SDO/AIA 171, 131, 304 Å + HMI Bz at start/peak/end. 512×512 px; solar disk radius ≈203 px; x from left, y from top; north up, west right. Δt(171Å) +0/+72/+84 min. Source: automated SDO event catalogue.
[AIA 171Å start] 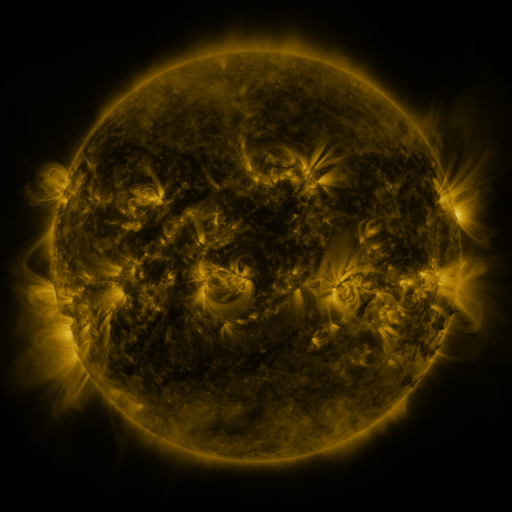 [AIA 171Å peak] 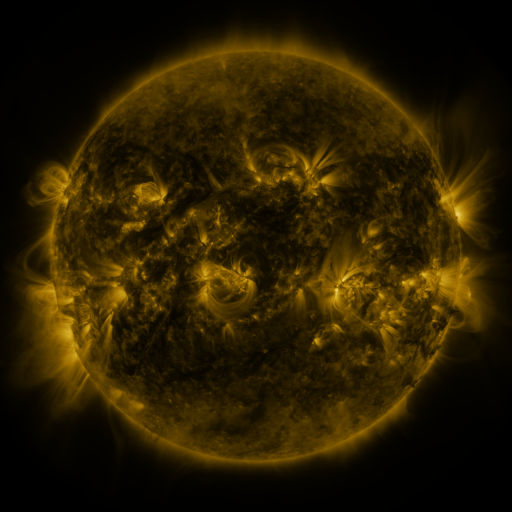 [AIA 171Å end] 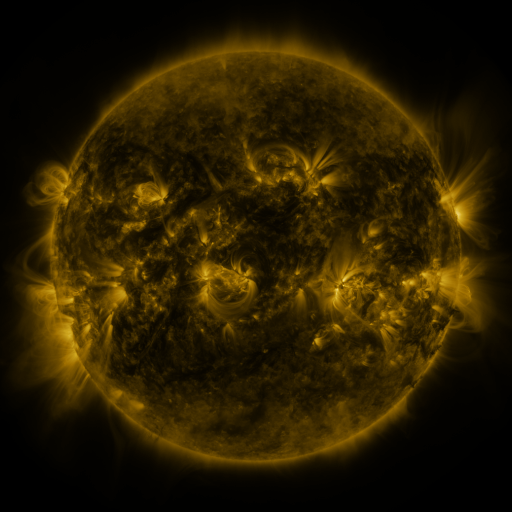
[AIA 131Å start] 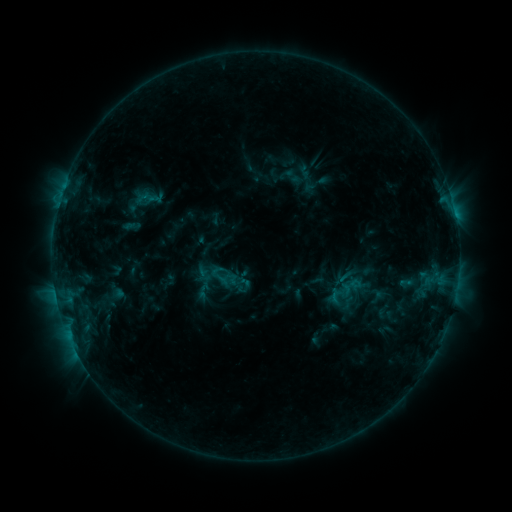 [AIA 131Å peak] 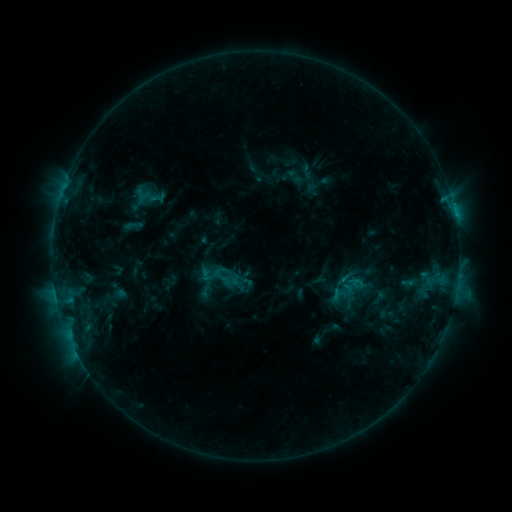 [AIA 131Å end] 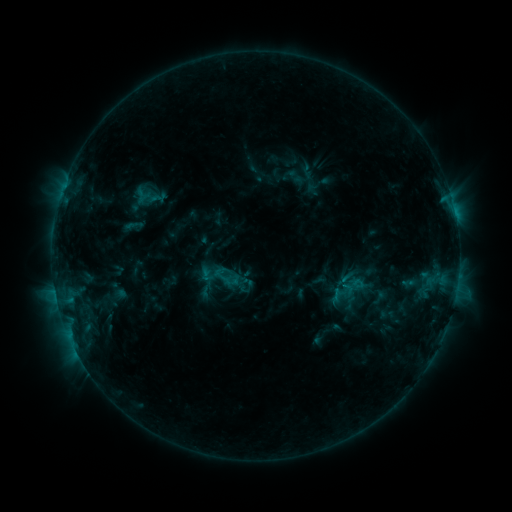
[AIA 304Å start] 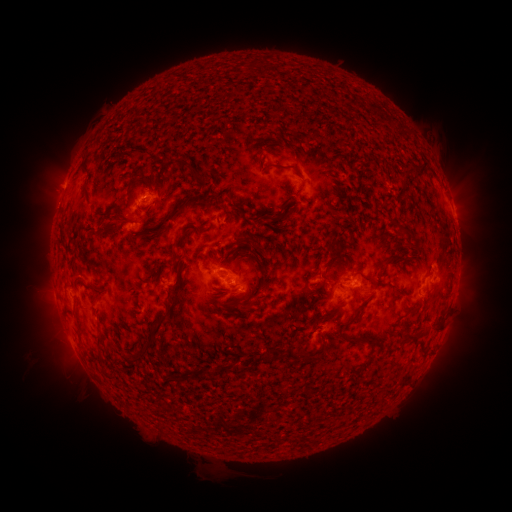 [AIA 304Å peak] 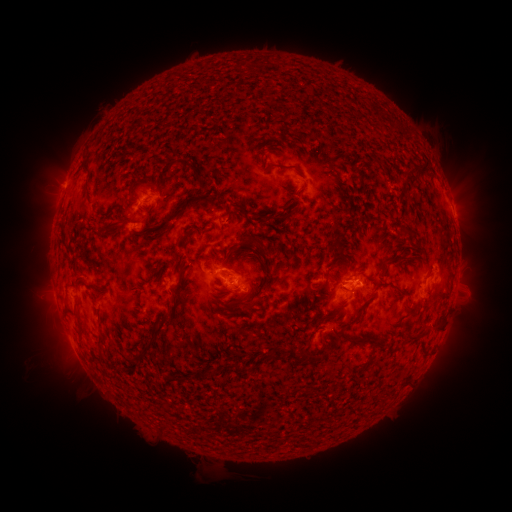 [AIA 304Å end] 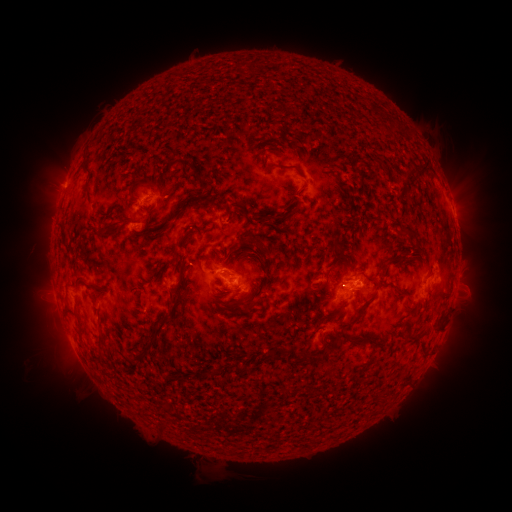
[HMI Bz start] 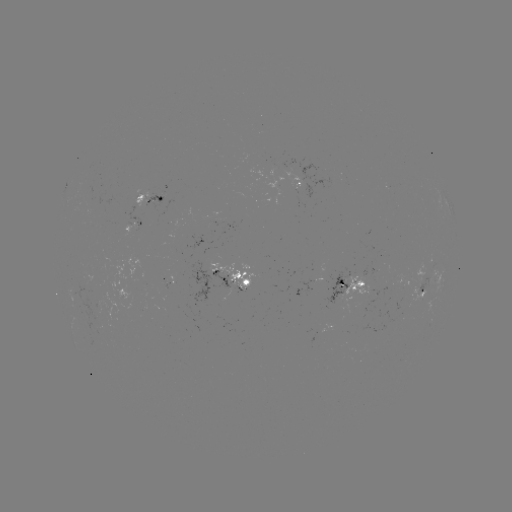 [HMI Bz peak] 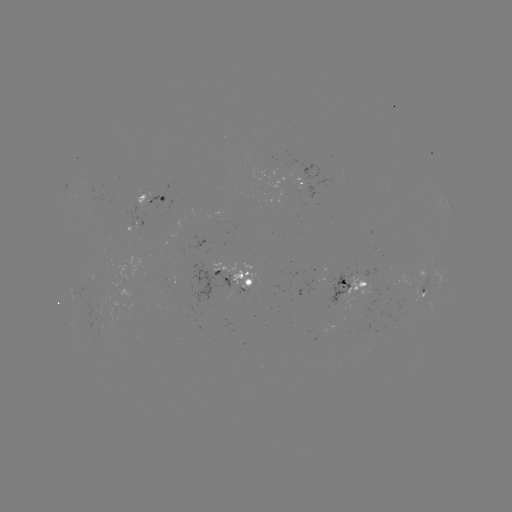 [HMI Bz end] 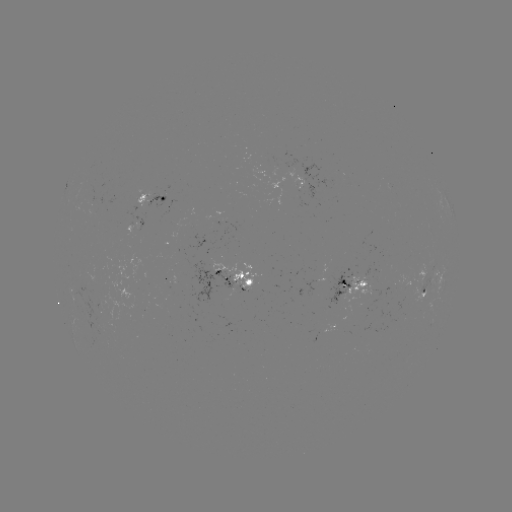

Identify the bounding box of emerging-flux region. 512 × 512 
[324, 270, 351, 306].